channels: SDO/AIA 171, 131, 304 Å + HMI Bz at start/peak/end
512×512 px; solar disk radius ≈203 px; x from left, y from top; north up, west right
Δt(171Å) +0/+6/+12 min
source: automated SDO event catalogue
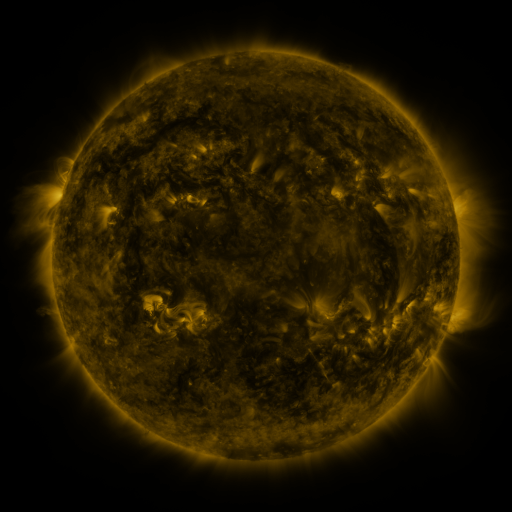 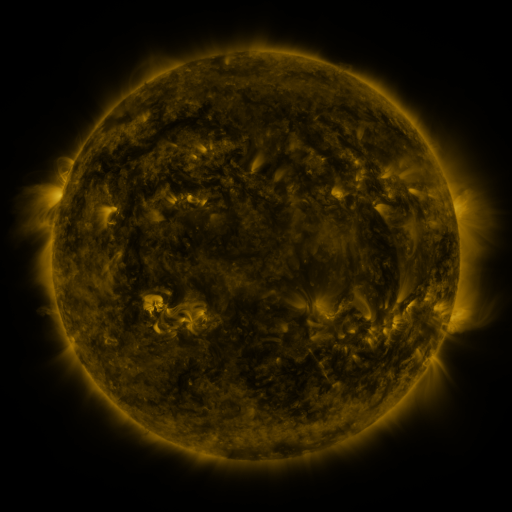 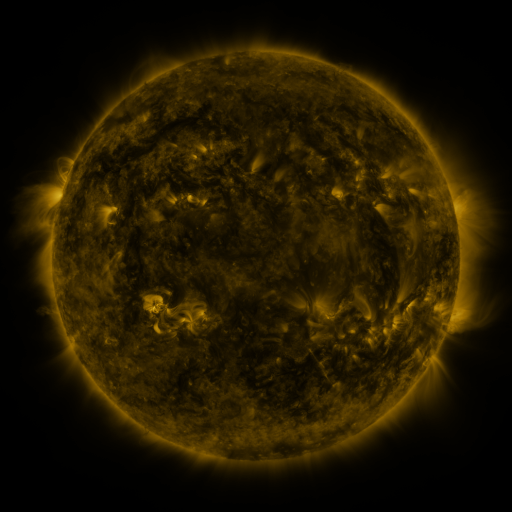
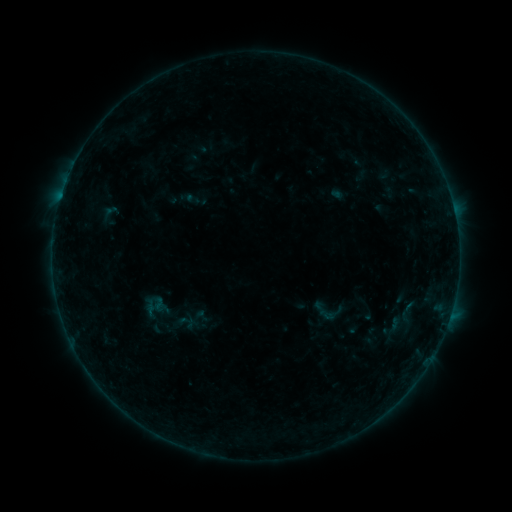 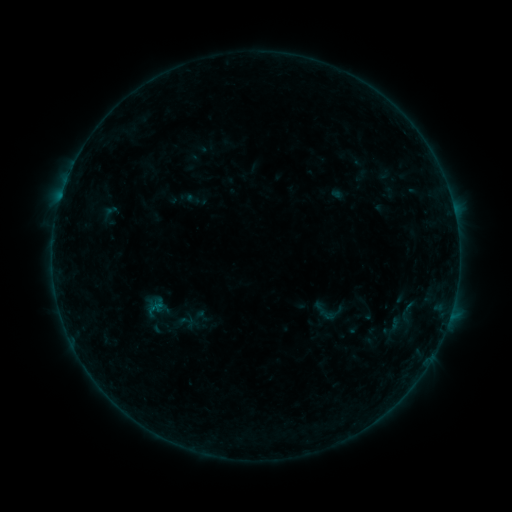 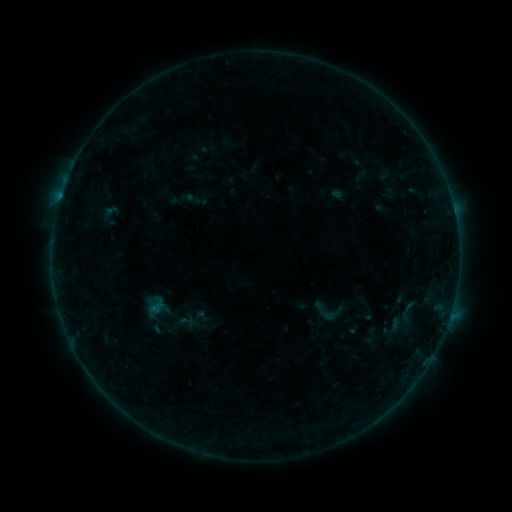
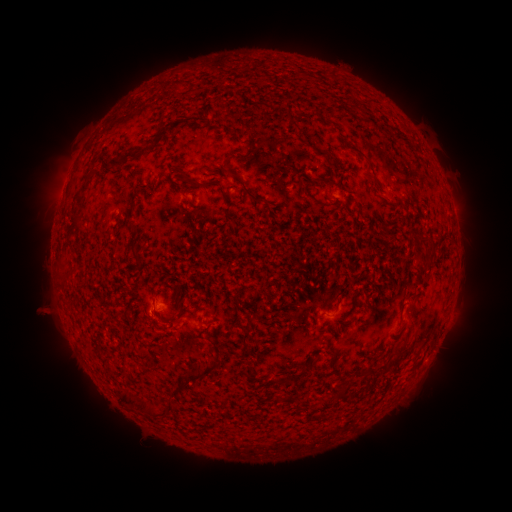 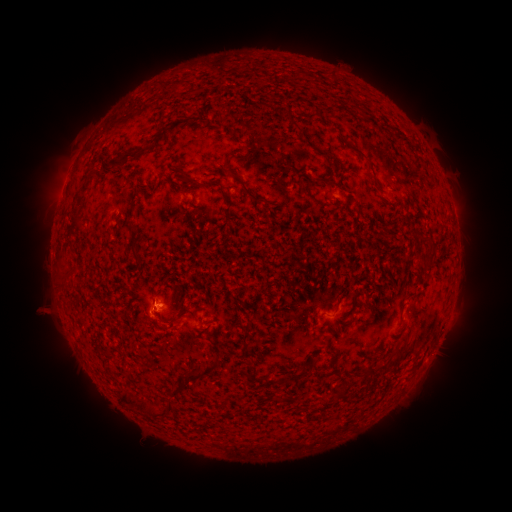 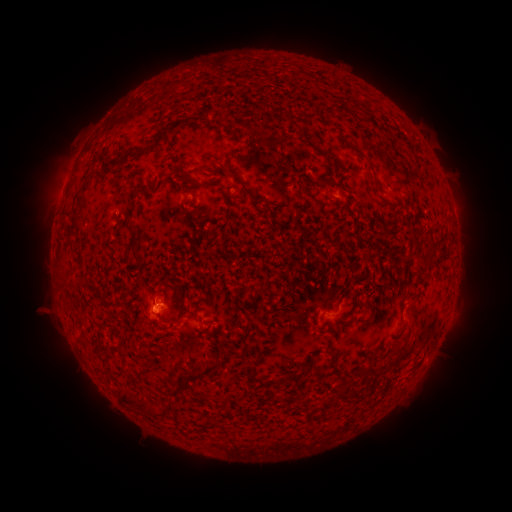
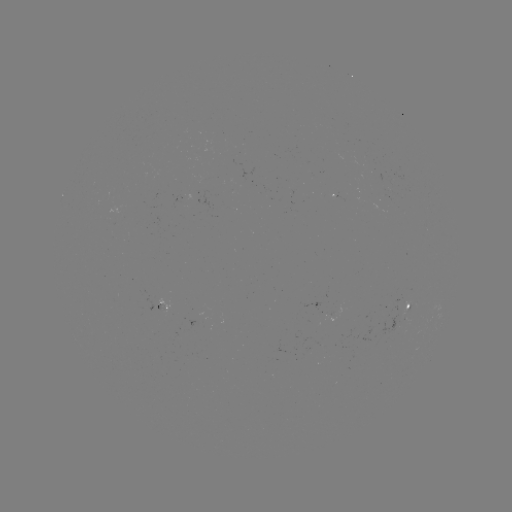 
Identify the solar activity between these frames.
B1.3 flare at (155, 307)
